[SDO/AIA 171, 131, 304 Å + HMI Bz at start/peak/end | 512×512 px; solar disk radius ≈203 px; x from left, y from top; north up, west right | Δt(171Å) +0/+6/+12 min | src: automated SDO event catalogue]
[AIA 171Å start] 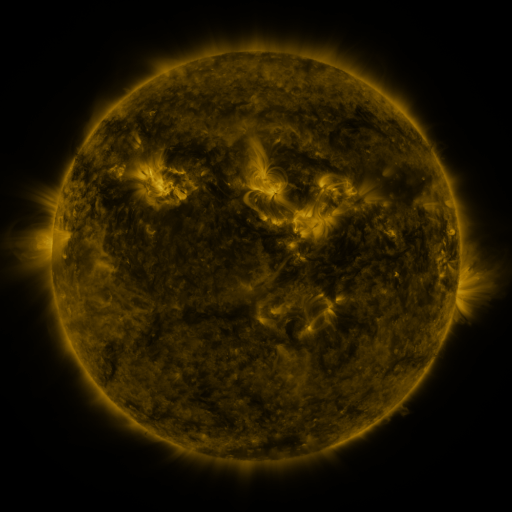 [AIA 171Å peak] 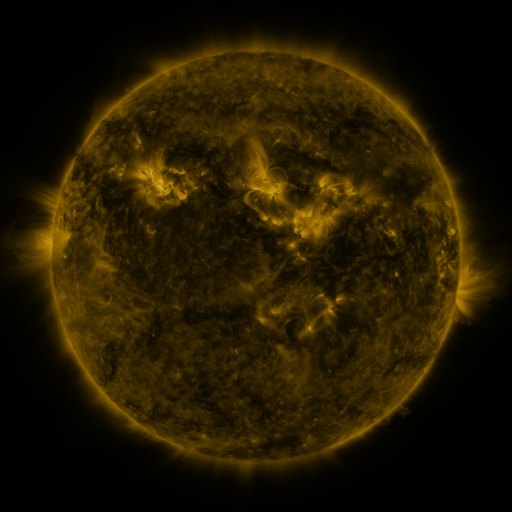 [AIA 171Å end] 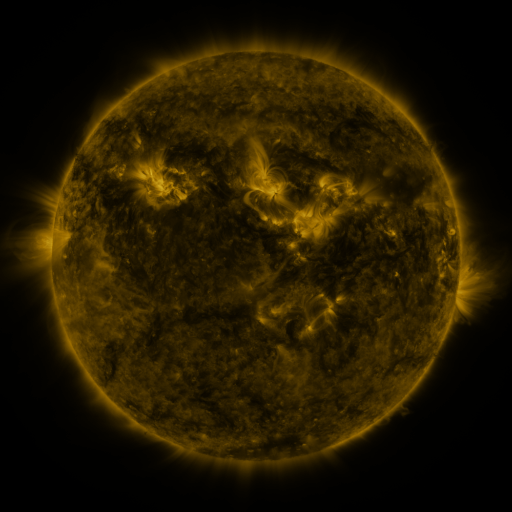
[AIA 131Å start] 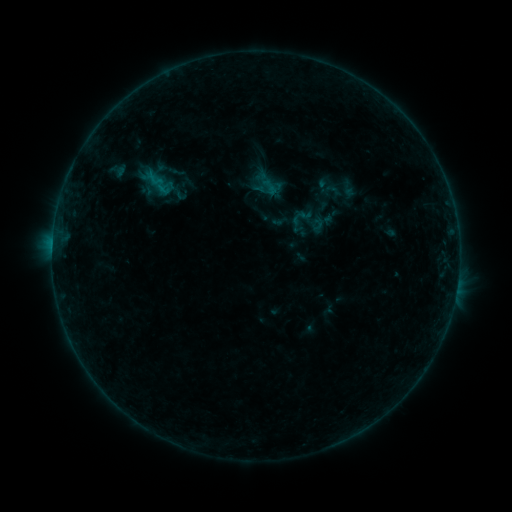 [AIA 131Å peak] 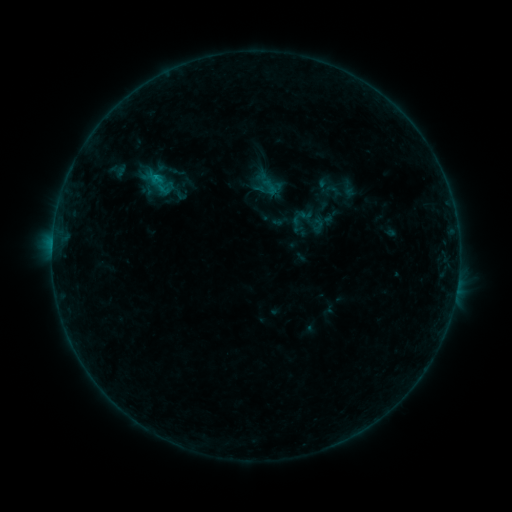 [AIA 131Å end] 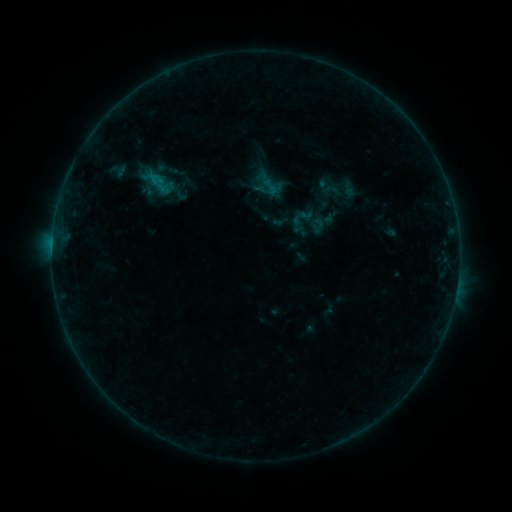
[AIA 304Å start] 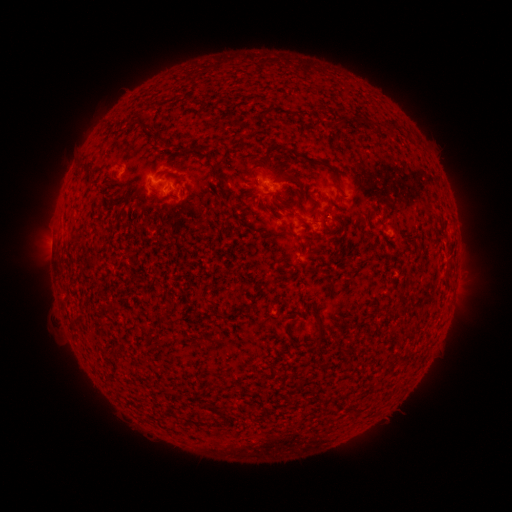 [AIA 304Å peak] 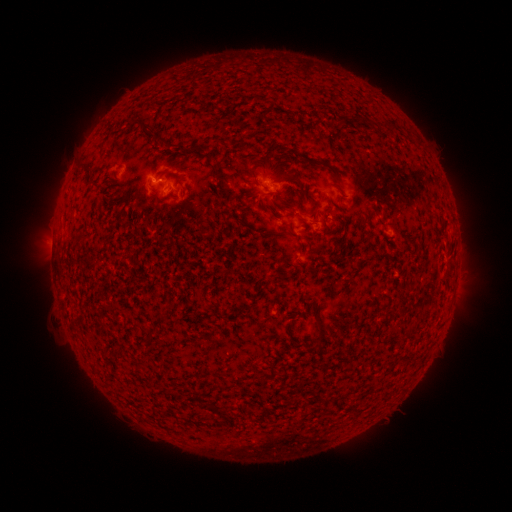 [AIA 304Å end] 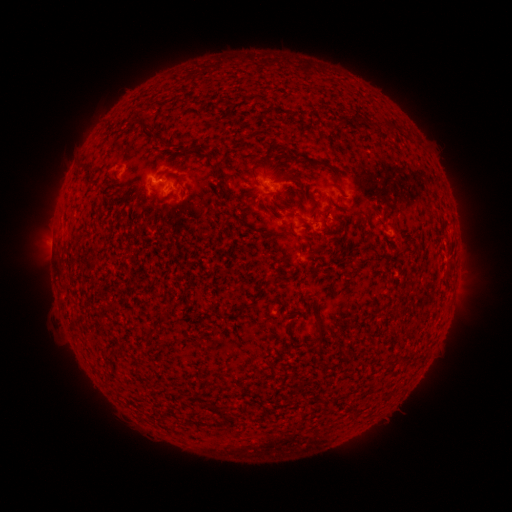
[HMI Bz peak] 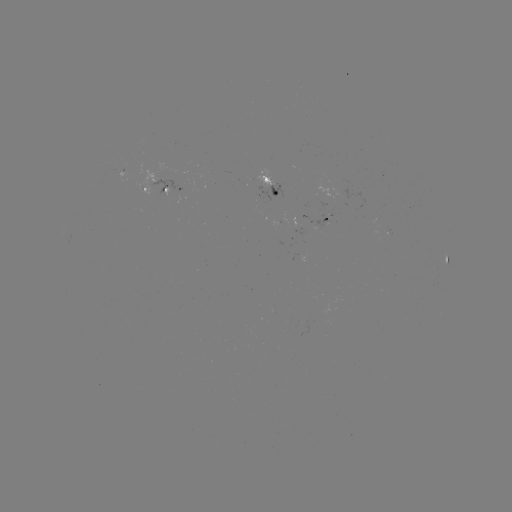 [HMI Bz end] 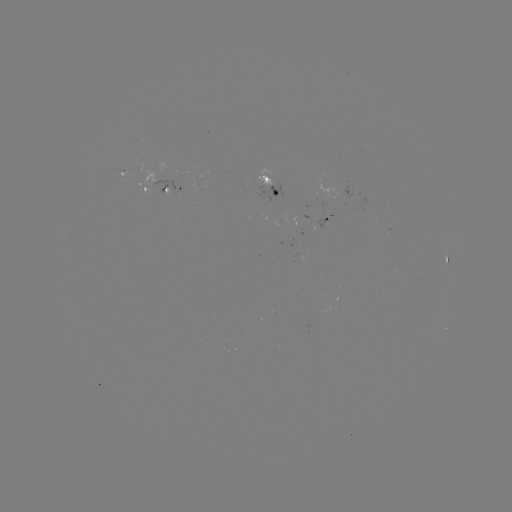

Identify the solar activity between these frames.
B3.0 flare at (156, 178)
